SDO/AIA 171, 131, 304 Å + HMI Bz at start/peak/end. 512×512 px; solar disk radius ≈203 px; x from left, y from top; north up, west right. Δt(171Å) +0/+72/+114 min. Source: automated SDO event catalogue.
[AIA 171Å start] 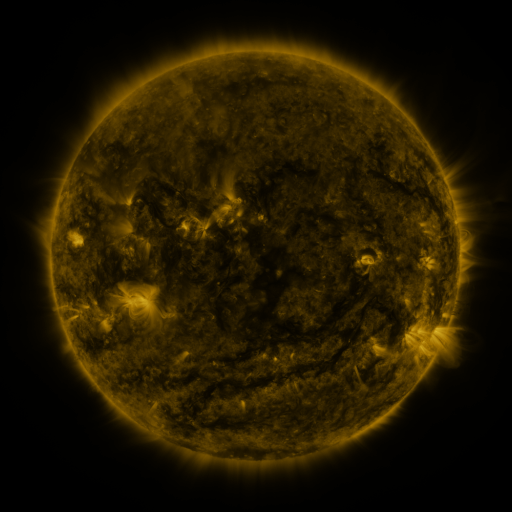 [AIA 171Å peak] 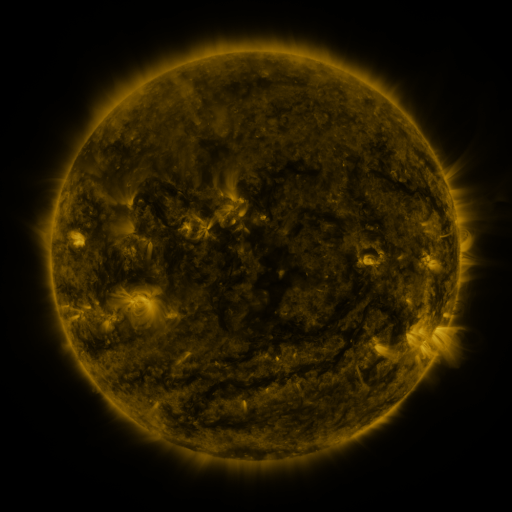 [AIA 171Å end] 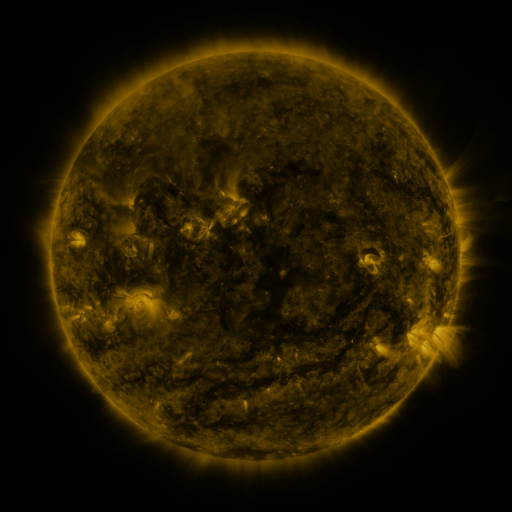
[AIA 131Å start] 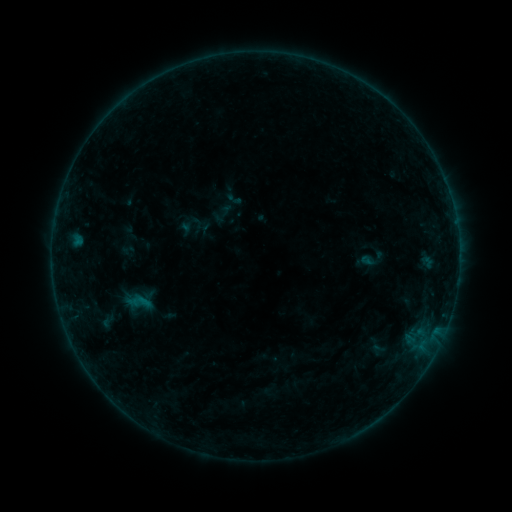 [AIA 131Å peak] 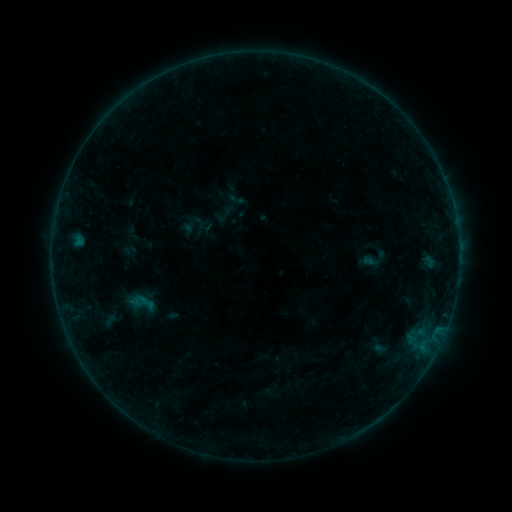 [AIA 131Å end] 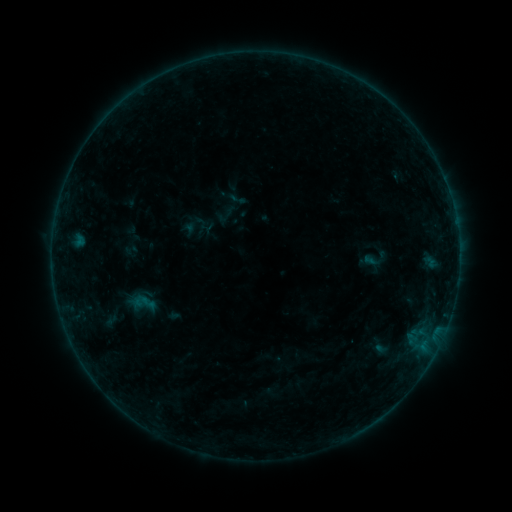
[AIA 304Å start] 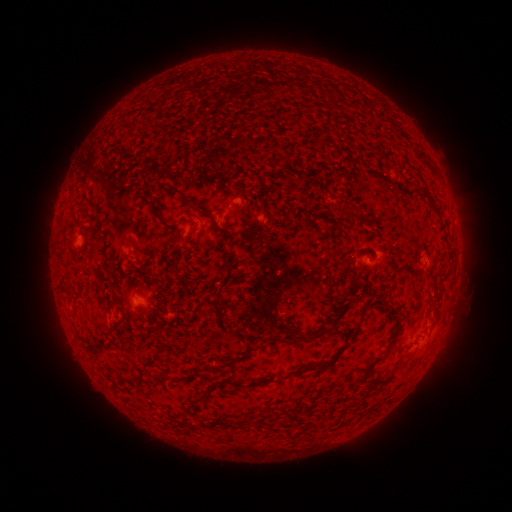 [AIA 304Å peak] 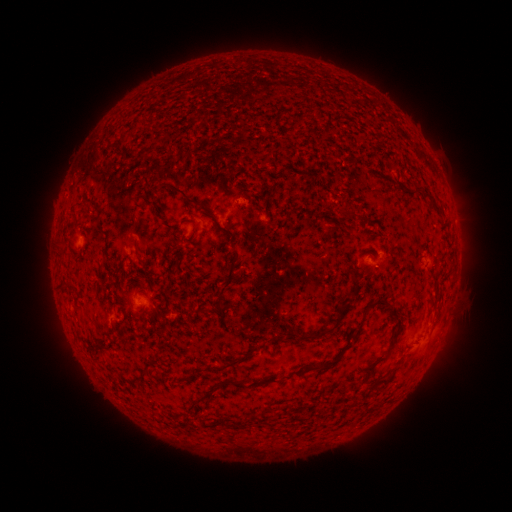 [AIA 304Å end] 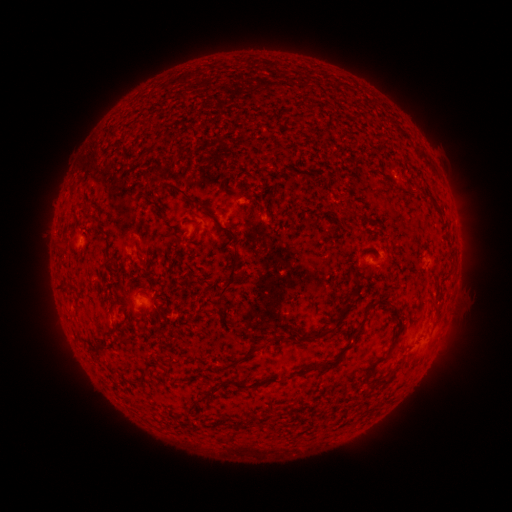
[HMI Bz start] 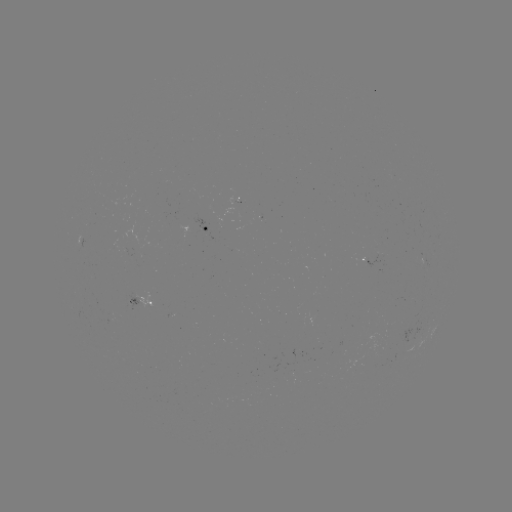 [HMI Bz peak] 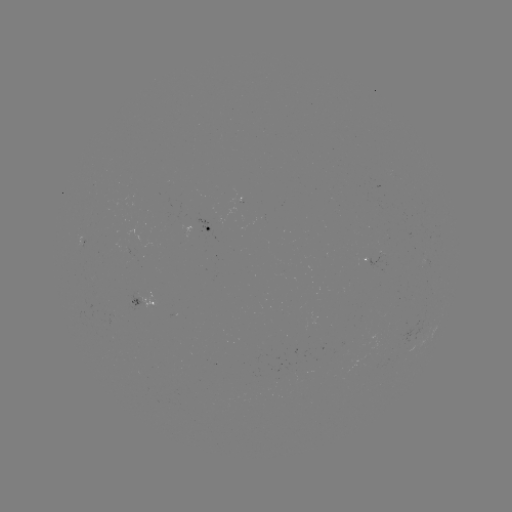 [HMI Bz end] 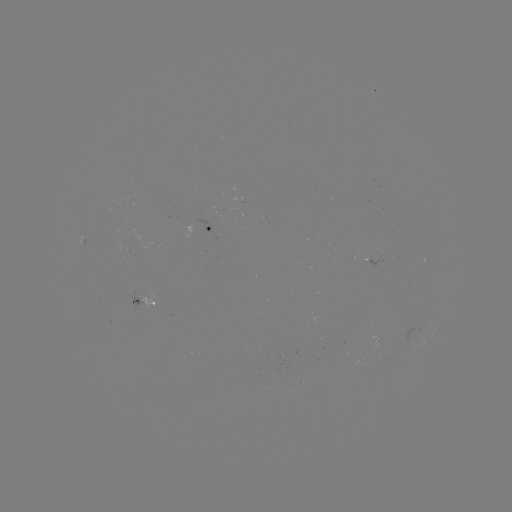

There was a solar emerging-flux region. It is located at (125, 246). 